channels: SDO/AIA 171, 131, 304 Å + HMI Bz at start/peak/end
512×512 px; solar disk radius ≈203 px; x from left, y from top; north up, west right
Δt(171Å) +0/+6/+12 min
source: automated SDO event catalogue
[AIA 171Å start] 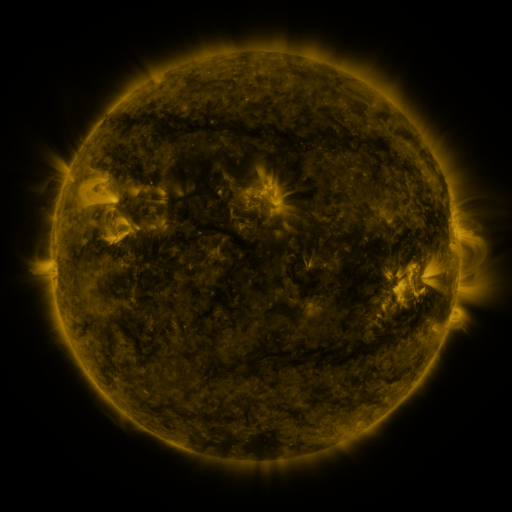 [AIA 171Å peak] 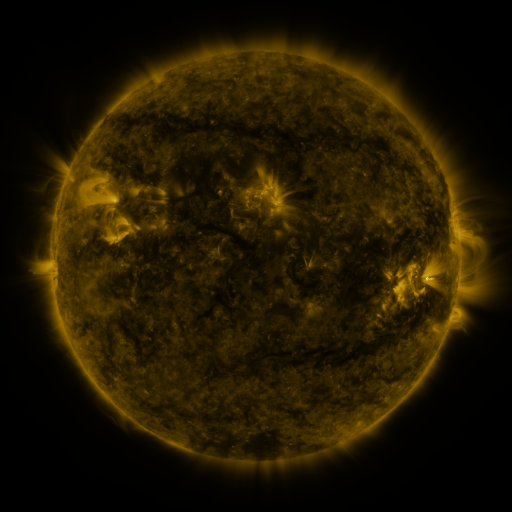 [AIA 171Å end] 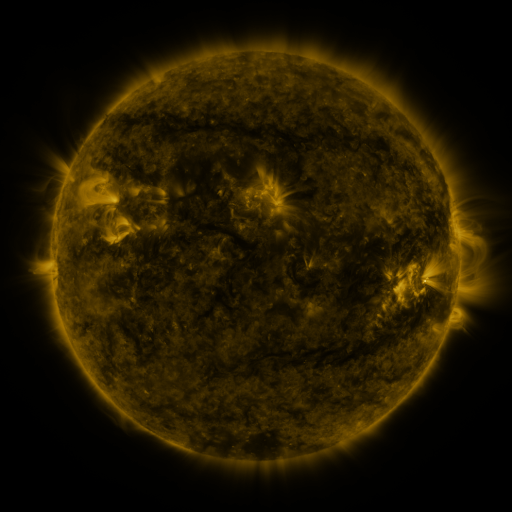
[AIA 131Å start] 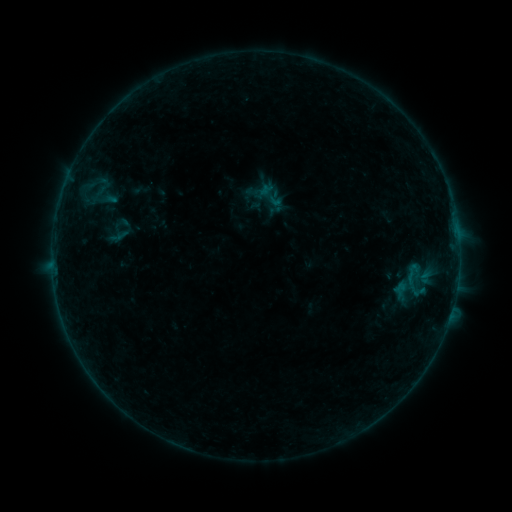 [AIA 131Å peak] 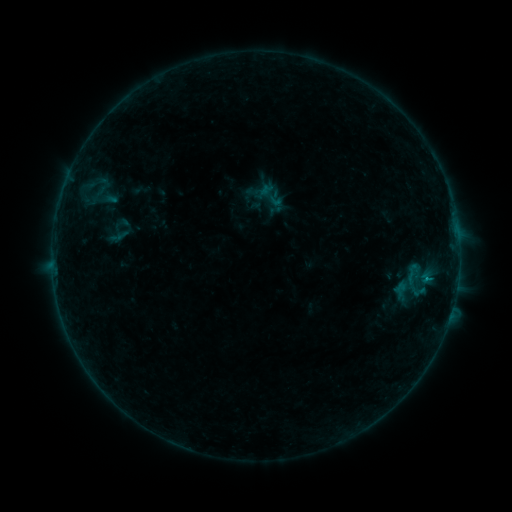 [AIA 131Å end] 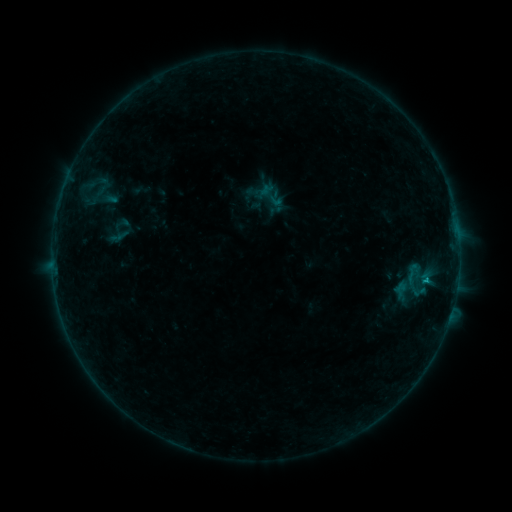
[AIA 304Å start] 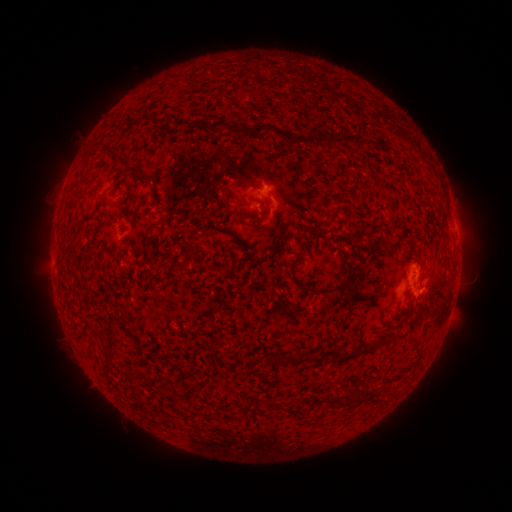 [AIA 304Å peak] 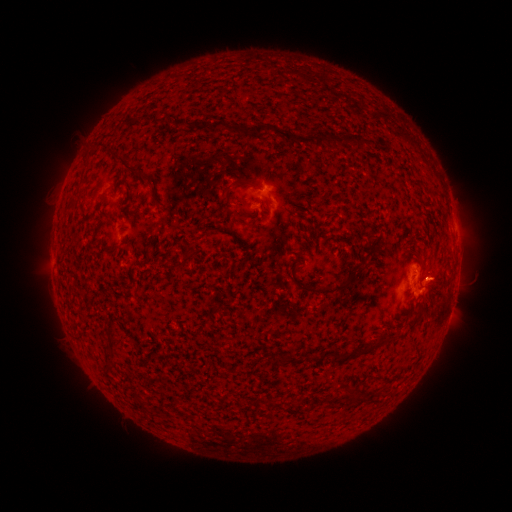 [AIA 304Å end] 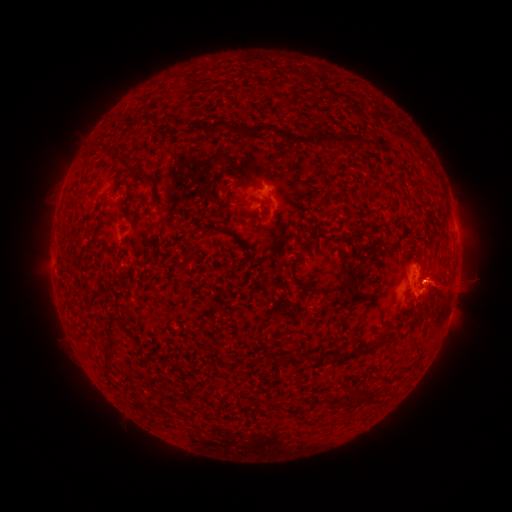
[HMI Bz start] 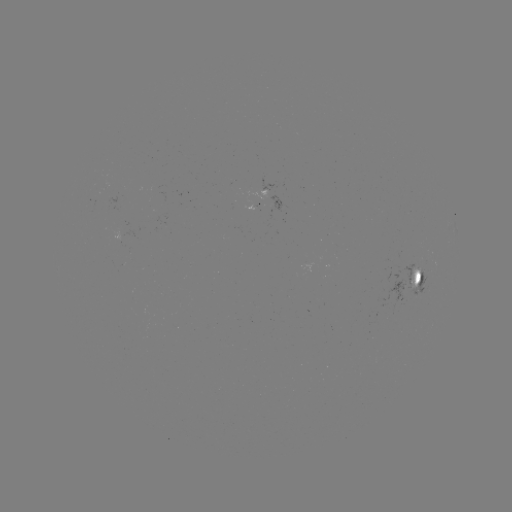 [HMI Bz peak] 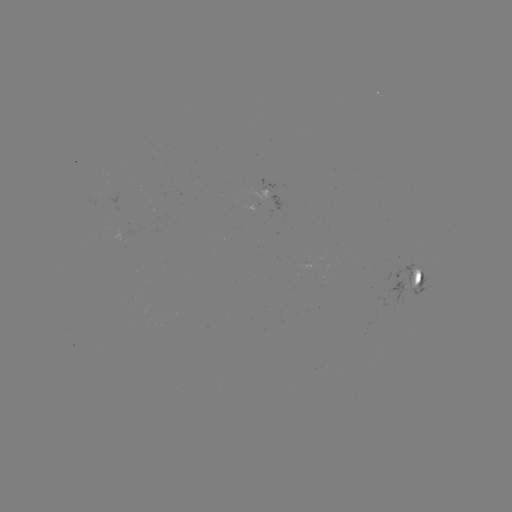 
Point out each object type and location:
C1.3 flare: (425, 277)
